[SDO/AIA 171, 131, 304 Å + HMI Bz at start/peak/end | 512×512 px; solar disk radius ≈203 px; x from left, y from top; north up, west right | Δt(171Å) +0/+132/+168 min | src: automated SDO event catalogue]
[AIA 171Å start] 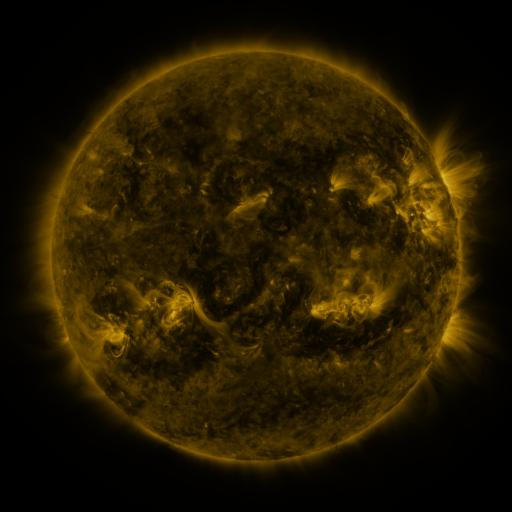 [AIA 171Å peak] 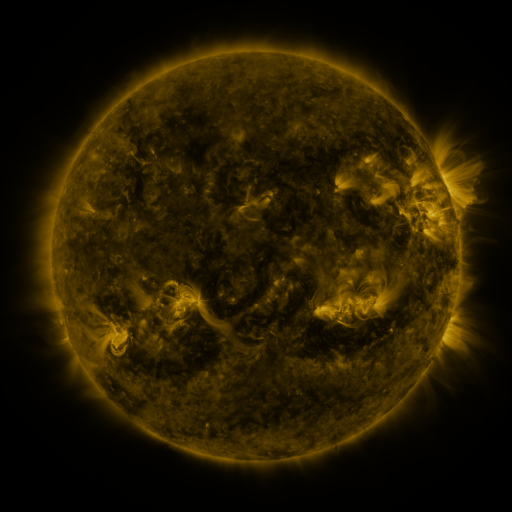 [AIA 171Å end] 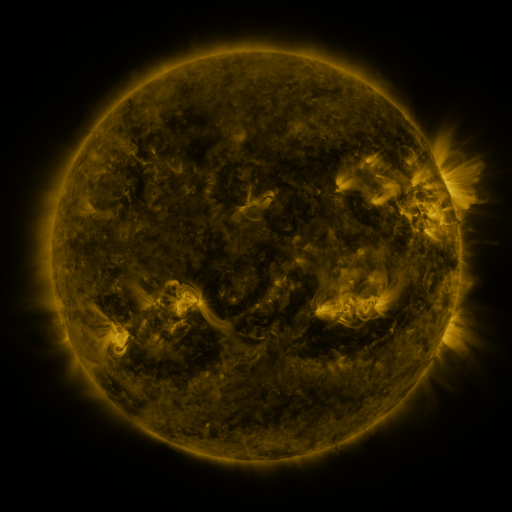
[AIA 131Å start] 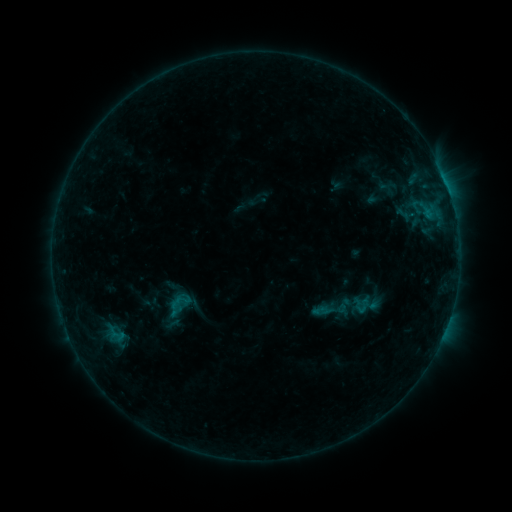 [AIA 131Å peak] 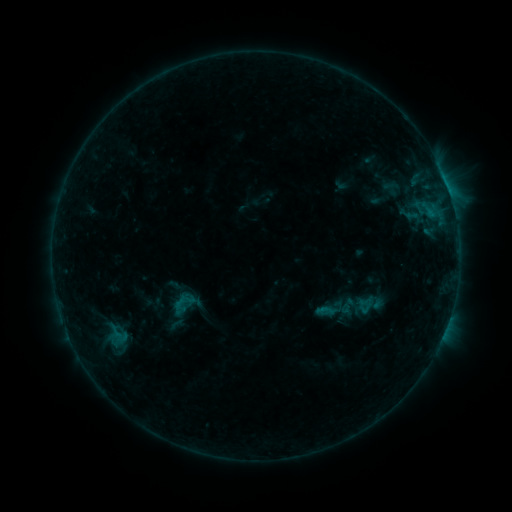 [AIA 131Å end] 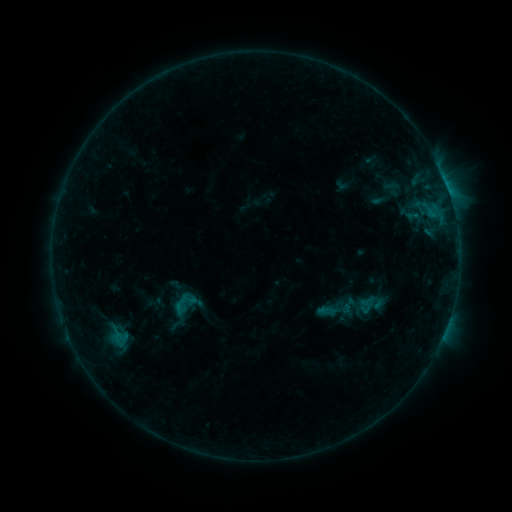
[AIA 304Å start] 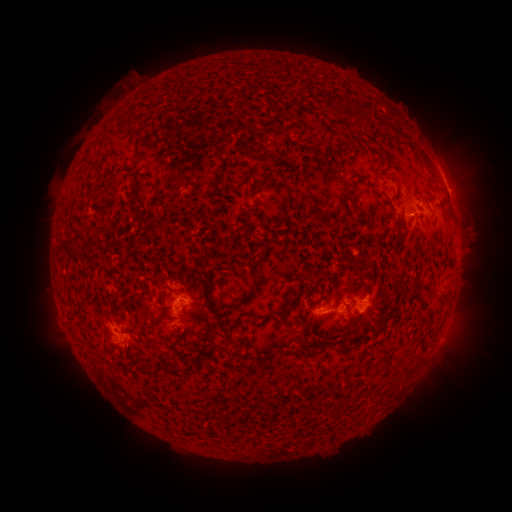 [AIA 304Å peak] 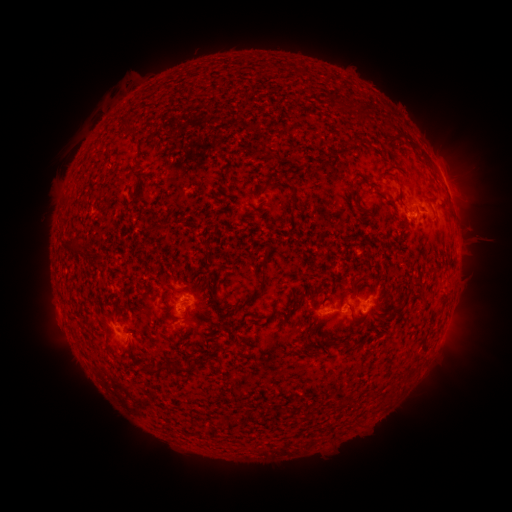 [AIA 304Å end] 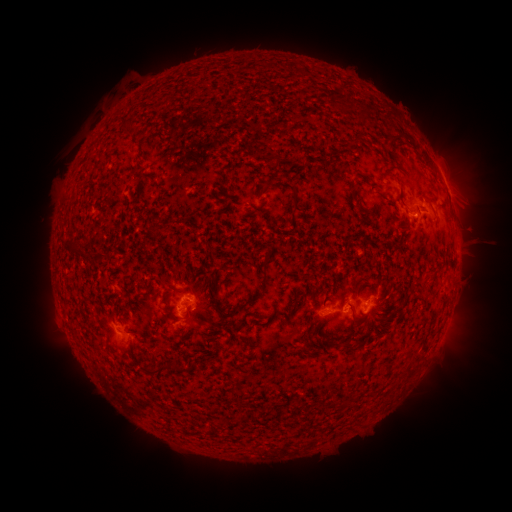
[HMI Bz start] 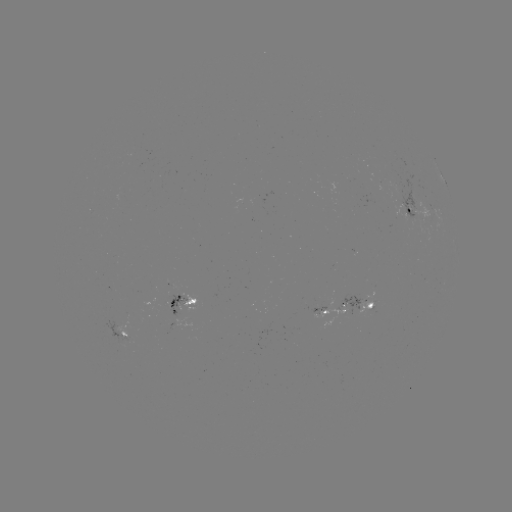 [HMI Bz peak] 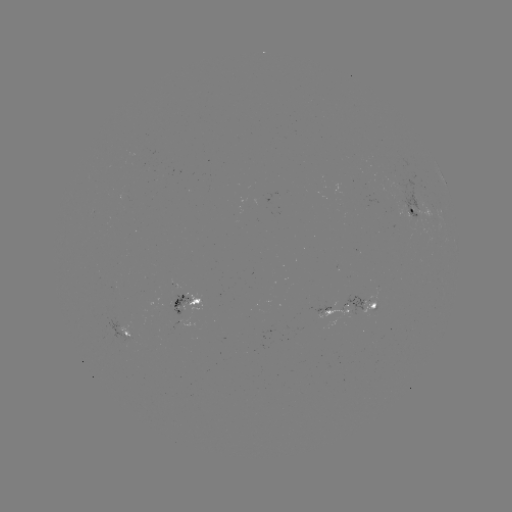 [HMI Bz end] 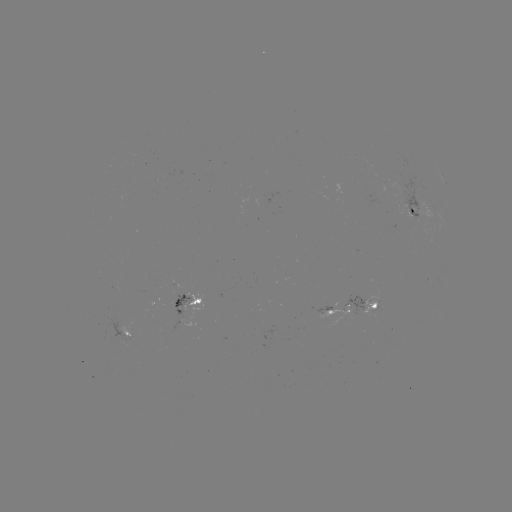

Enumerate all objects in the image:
emerging-flux region: (409, 206)
